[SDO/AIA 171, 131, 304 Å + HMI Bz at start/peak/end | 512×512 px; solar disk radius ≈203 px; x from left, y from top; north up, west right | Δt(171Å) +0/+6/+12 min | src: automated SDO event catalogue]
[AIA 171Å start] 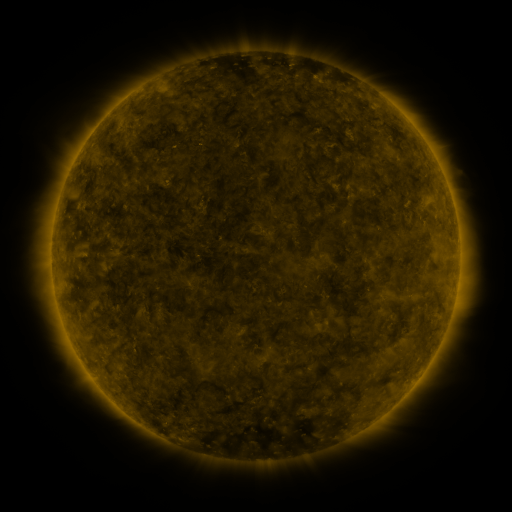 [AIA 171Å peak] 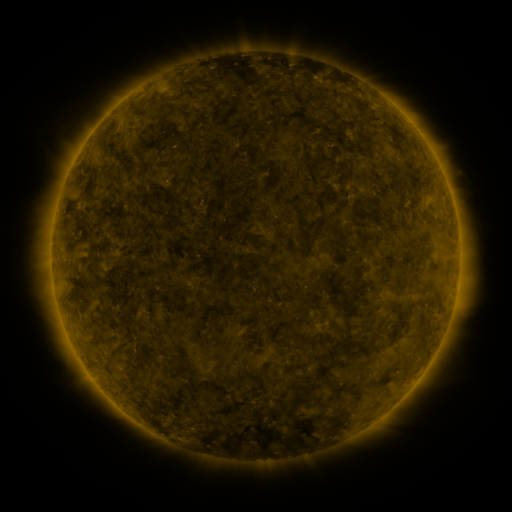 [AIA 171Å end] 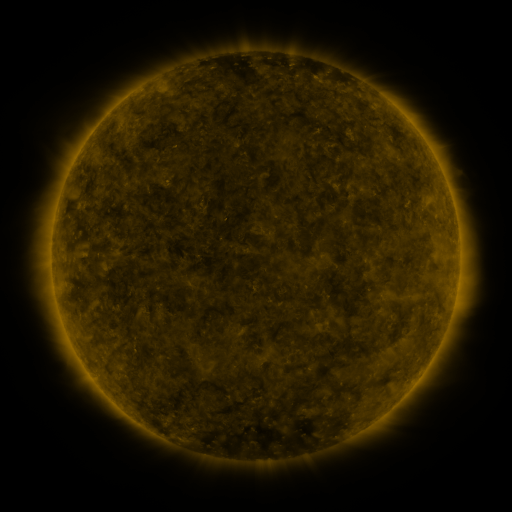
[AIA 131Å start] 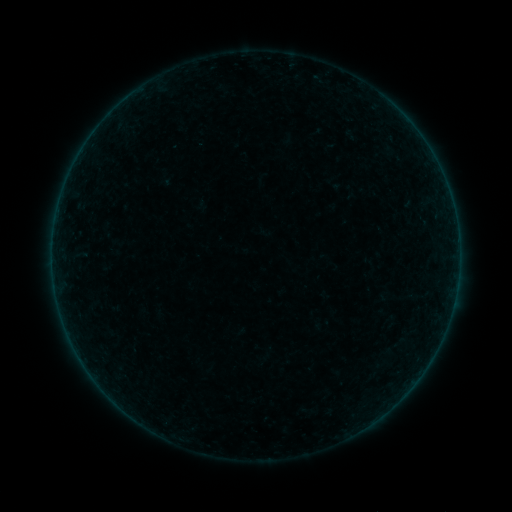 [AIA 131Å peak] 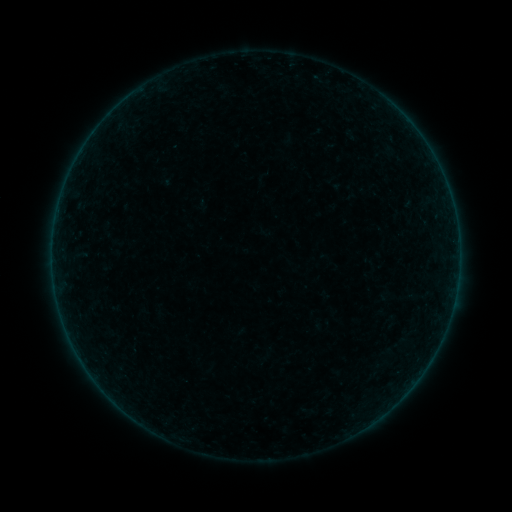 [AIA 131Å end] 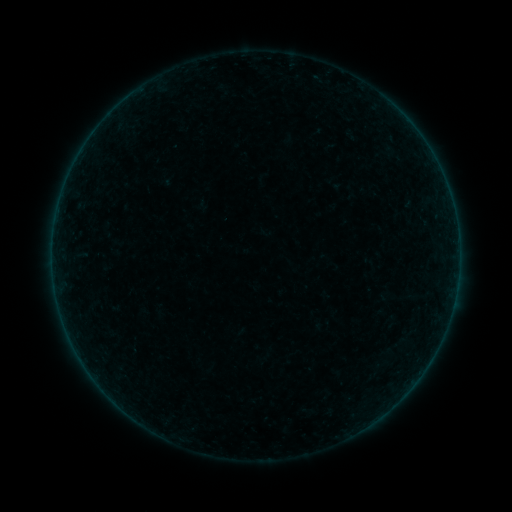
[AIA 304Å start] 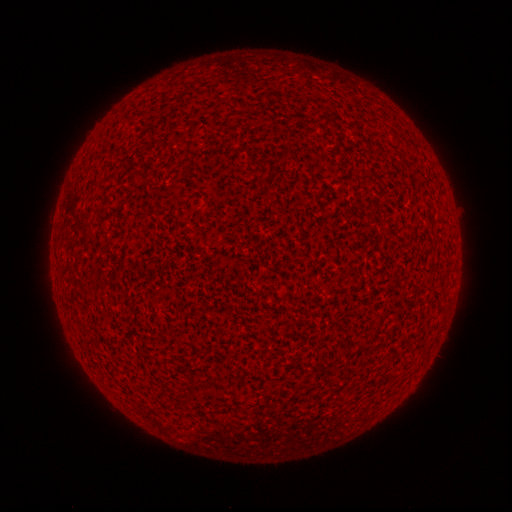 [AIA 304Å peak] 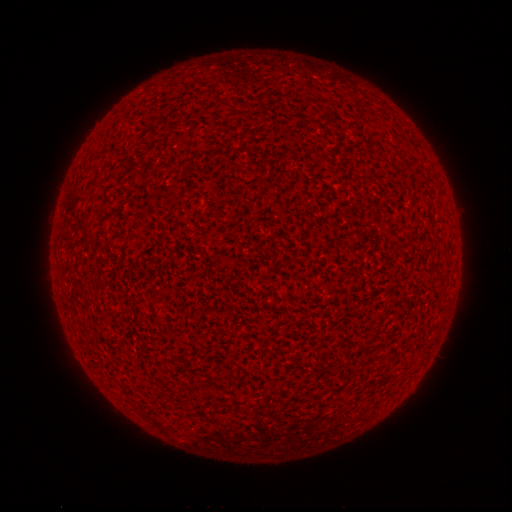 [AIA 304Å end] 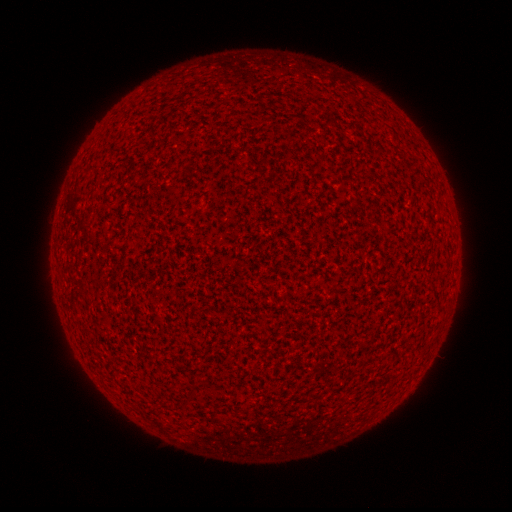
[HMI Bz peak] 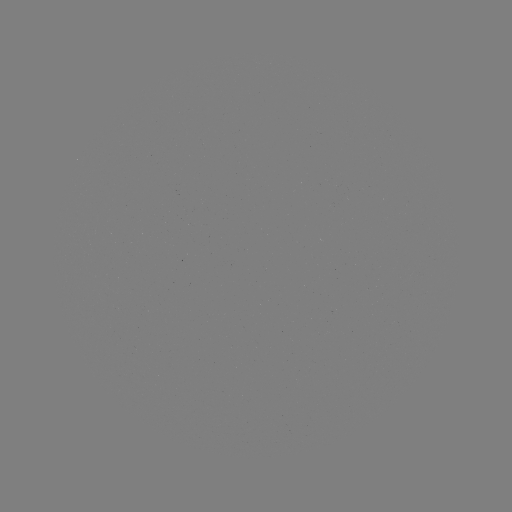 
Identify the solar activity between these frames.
A8.8 flare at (426, 144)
